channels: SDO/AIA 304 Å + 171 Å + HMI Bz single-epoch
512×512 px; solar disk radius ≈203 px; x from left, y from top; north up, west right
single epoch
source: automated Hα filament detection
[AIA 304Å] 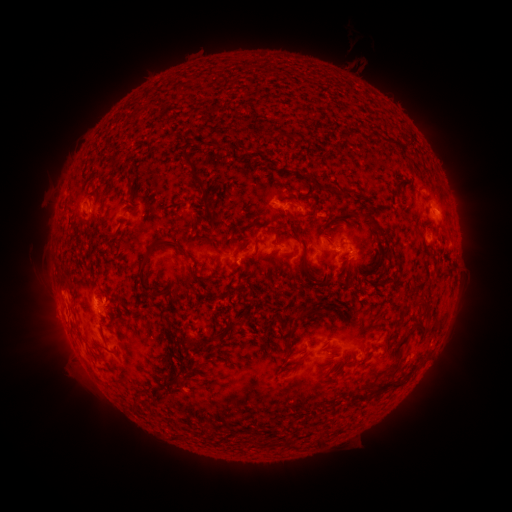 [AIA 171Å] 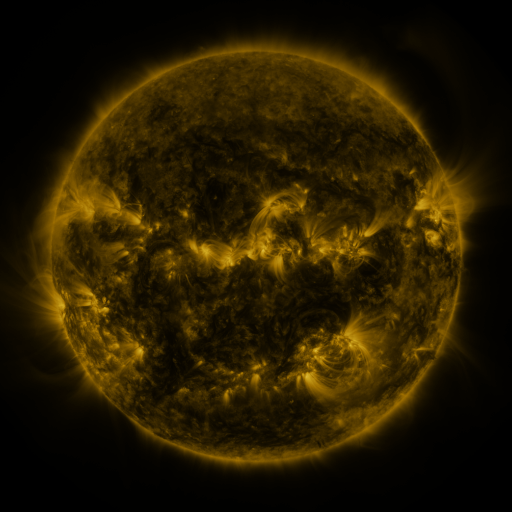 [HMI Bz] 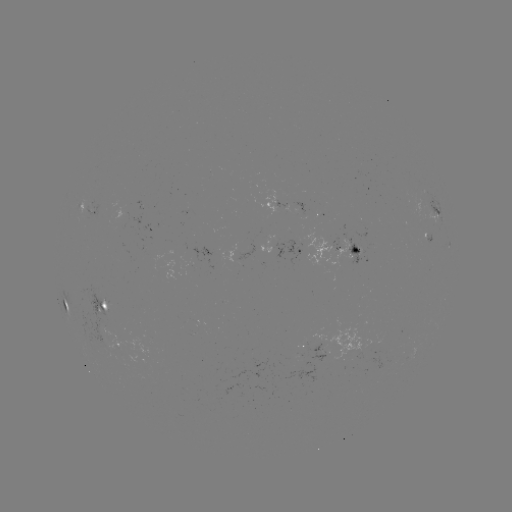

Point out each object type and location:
filament: (352, 128)
filament: (284, 136)
filament: (197, 183)
filament: (130, 188)
filament: (329, 188)
filament: (345, 190)
filament: (355, 212)
filament: (315, 213)
filament: (378, 228)
filament: (277, 234)
filament: (195, 237)
filament: (215, 246)
filament: (148, 255)
filament: (305, 263)
filament: (342, 267)
filament: (196, 276)
filament: (363, 276)
filament: (64, 286)
filament: (311, 310)
filament: (233, 323)
filament: (223, 336)
filament: (192, 342)
filament: (401, 342)
filament: (294, 353)
filament: (169, 384)
filament: (391, 384)
